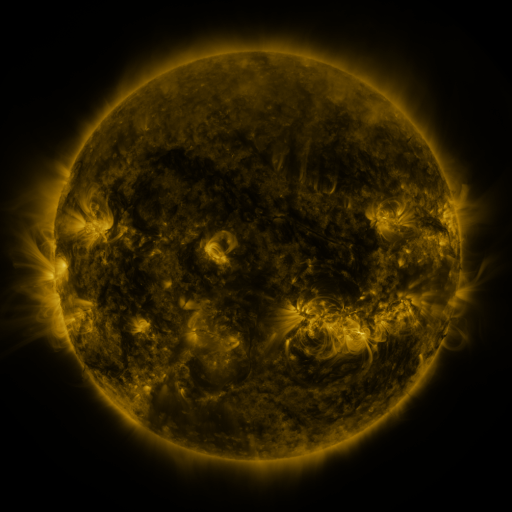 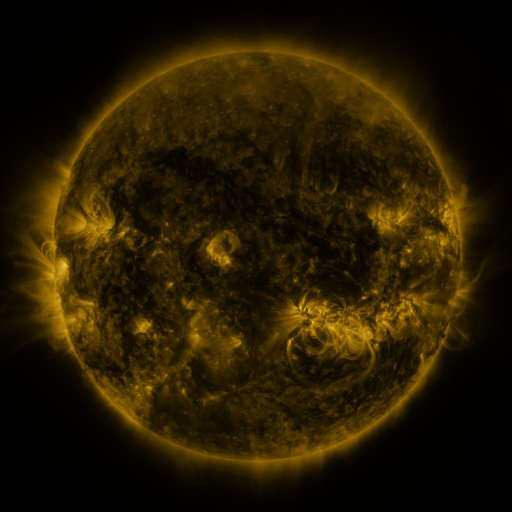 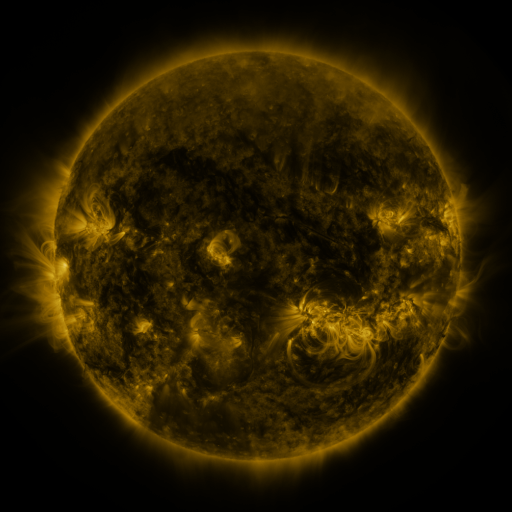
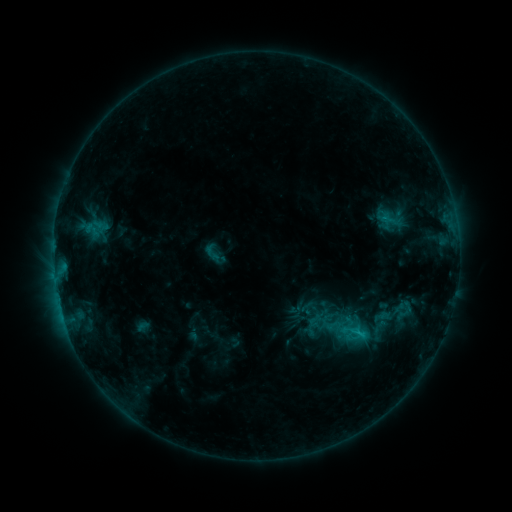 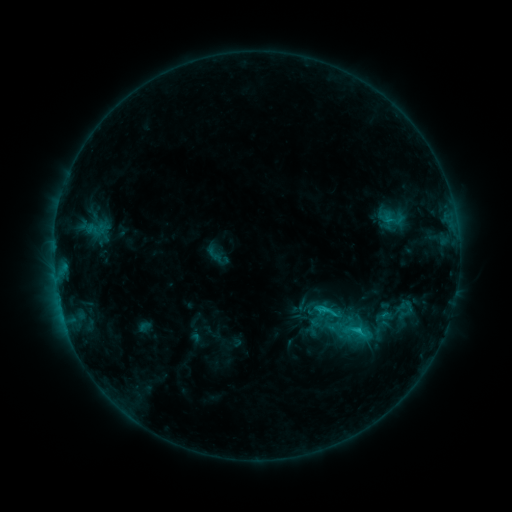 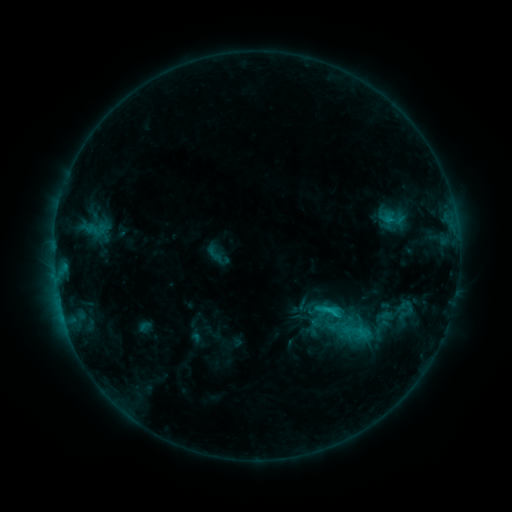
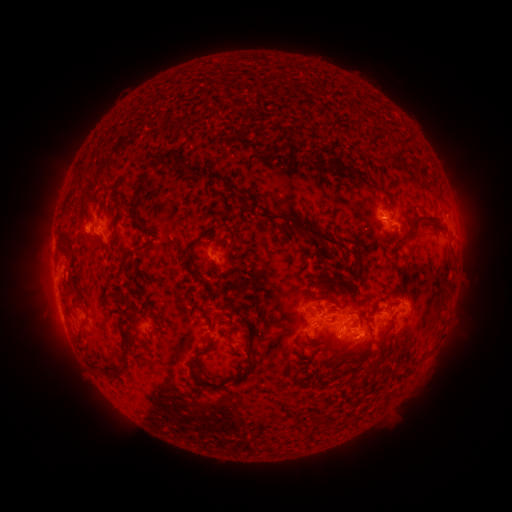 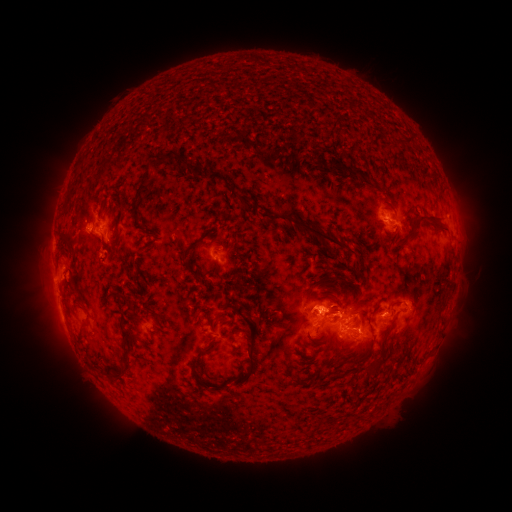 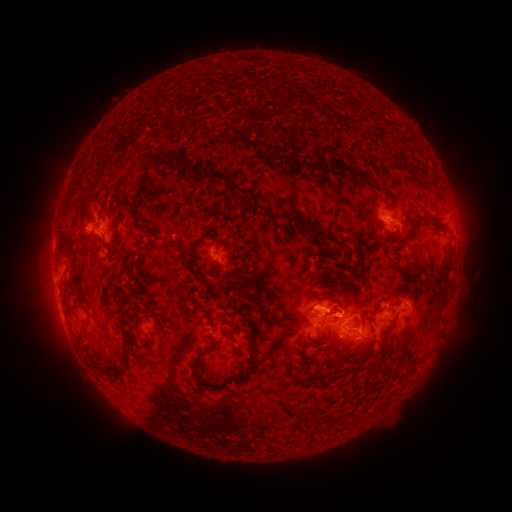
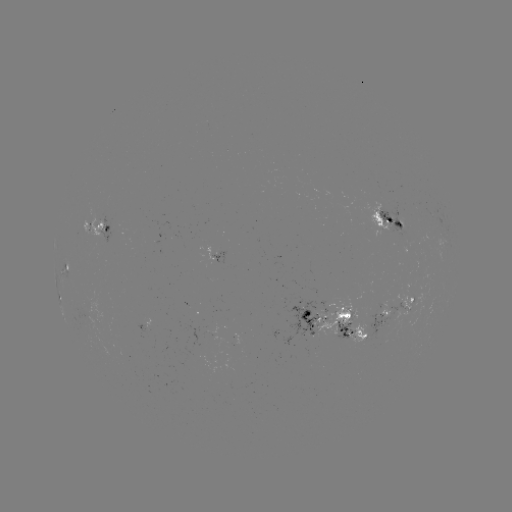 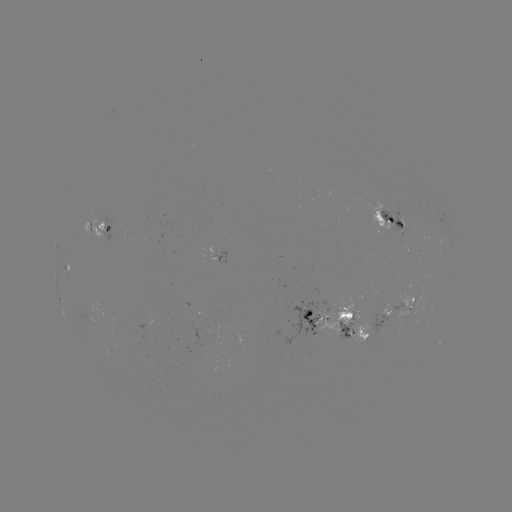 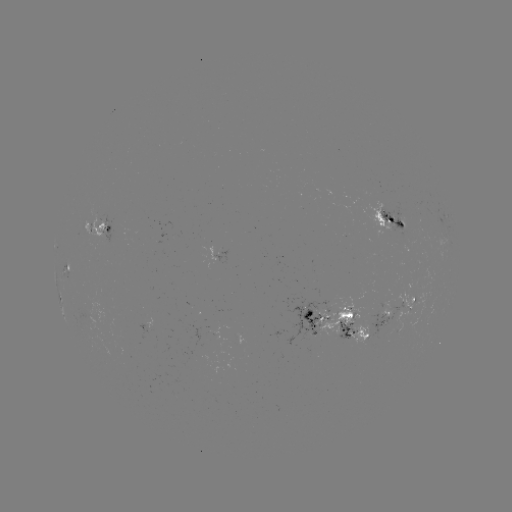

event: emerging-flux region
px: (372, 315)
